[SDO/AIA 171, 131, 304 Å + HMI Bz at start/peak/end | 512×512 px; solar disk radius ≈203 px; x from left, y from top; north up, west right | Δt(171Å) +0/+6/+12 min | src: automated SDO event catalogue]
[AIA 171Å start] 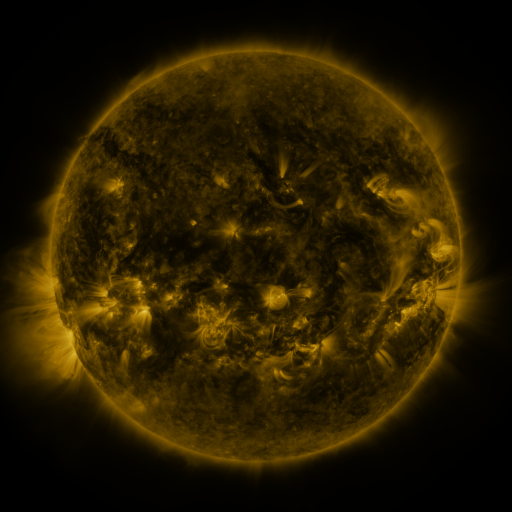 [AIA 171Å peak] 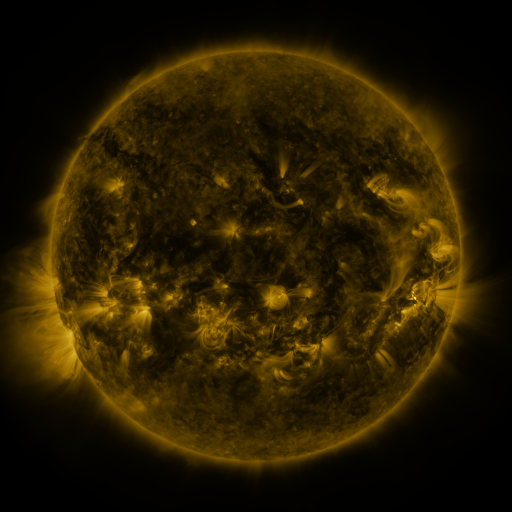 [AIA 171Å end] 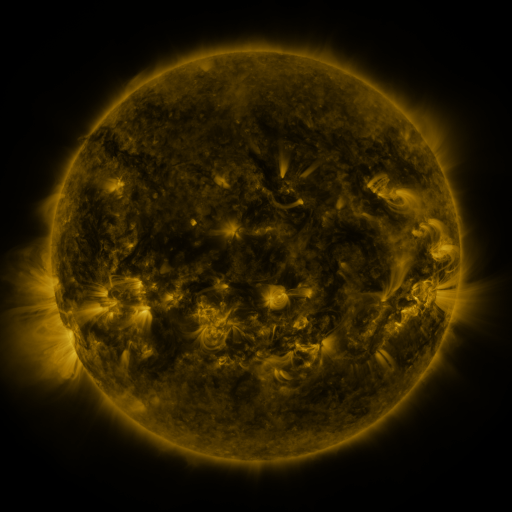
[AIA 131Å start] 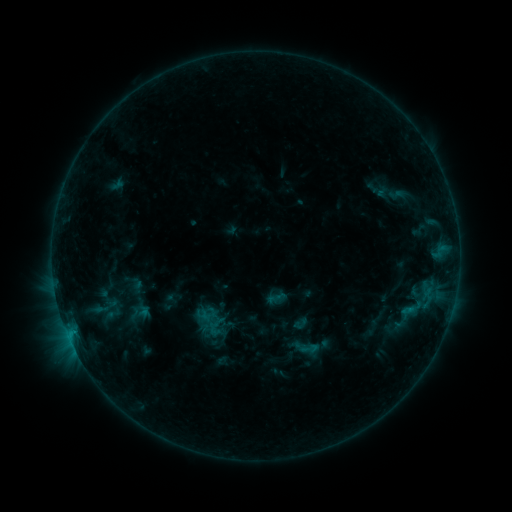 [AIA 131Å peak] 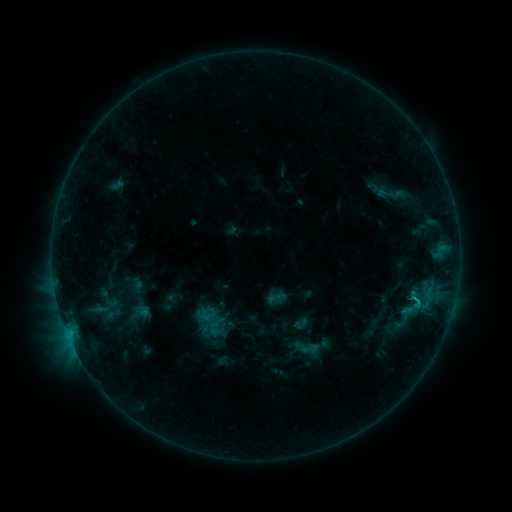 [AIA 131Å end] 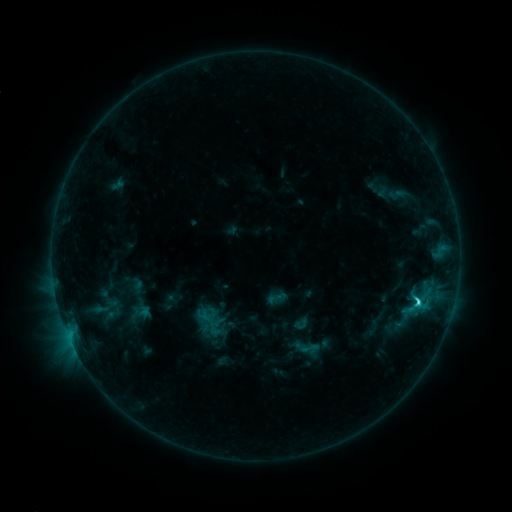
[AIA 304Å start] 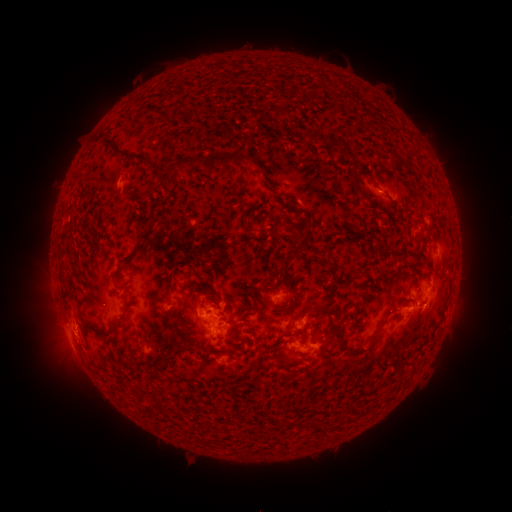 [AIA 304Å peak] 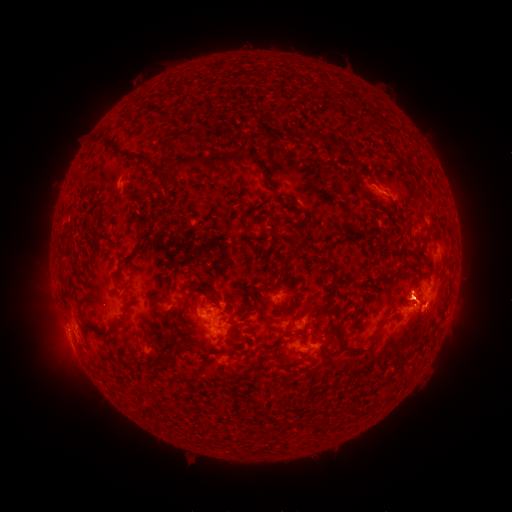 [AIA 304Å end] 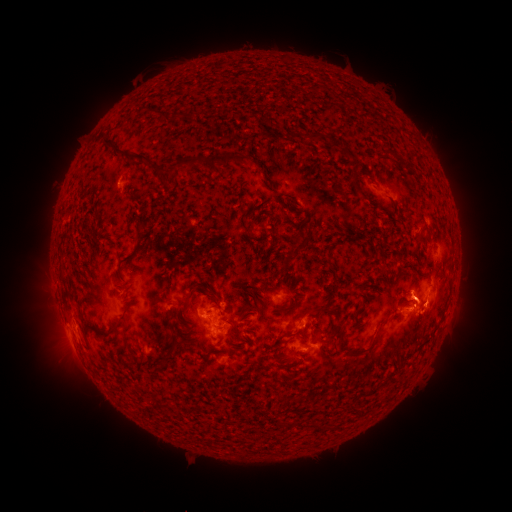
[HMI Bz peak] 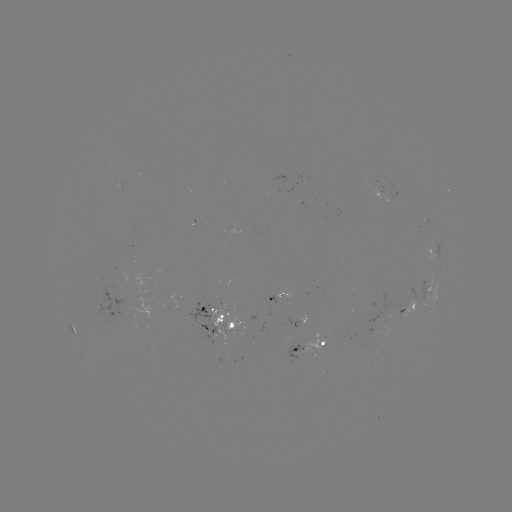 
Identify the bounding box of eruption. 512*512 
[384, 259, 458, 324].